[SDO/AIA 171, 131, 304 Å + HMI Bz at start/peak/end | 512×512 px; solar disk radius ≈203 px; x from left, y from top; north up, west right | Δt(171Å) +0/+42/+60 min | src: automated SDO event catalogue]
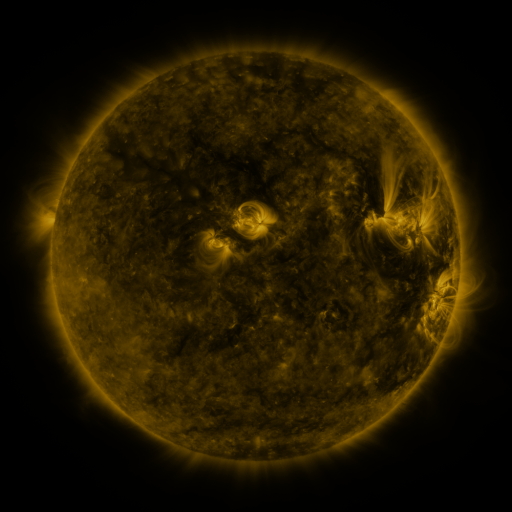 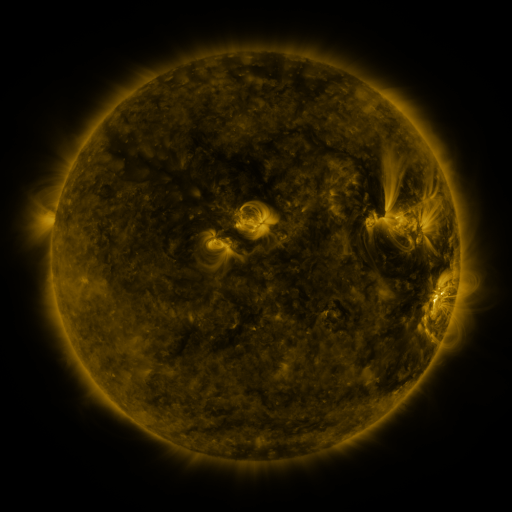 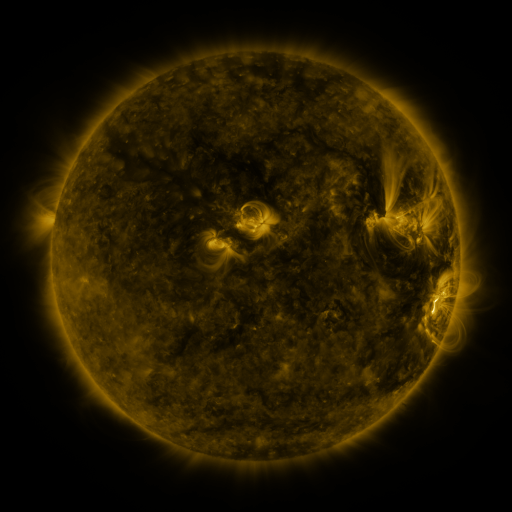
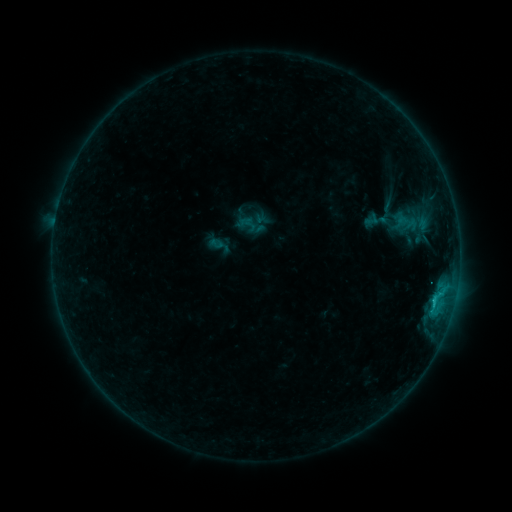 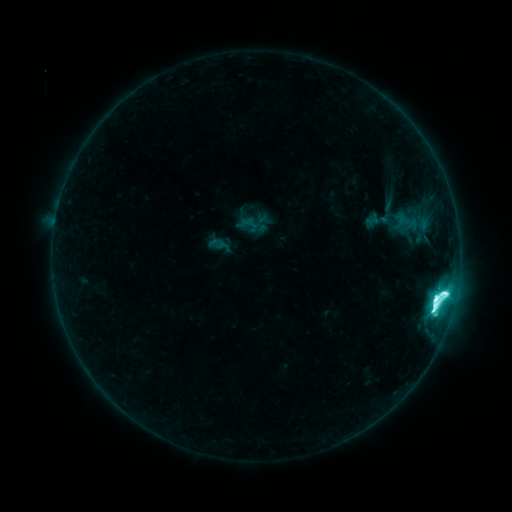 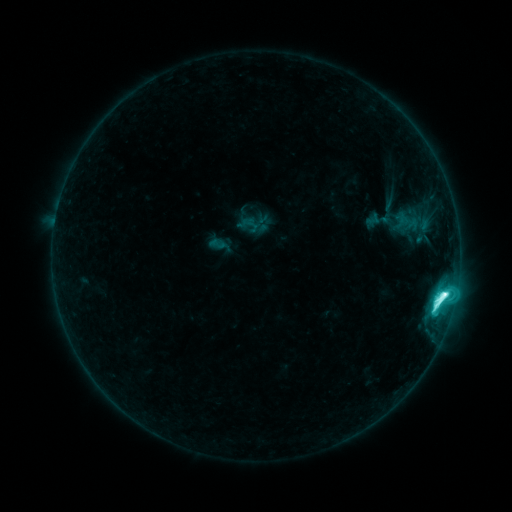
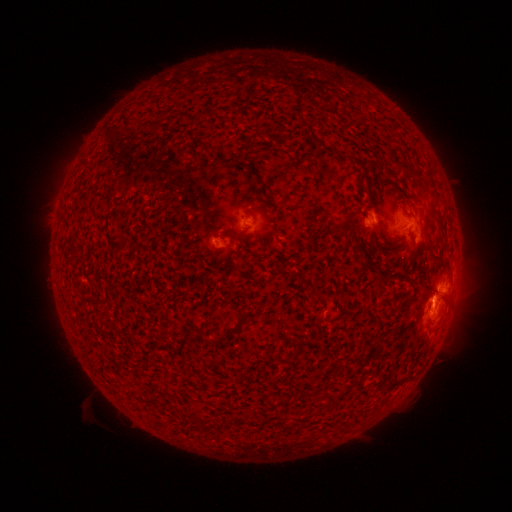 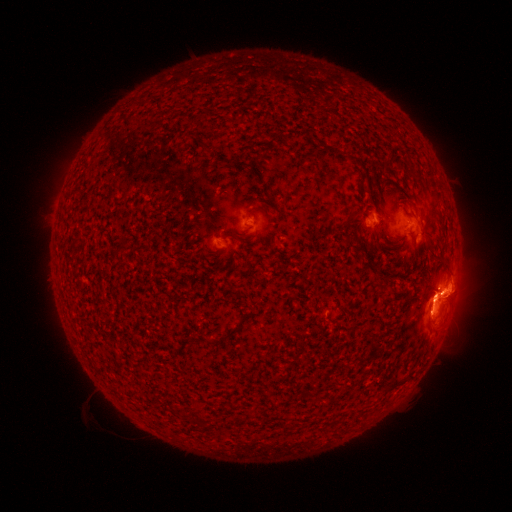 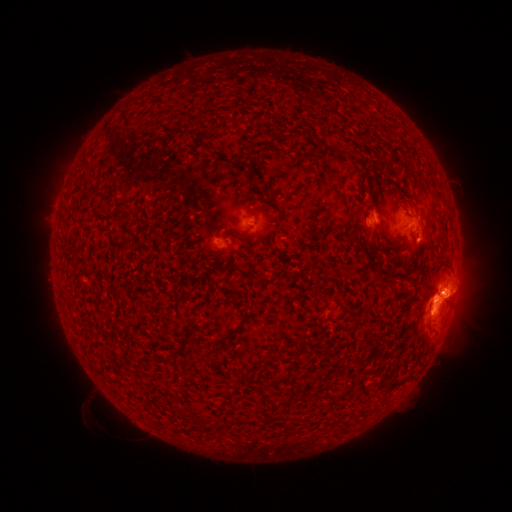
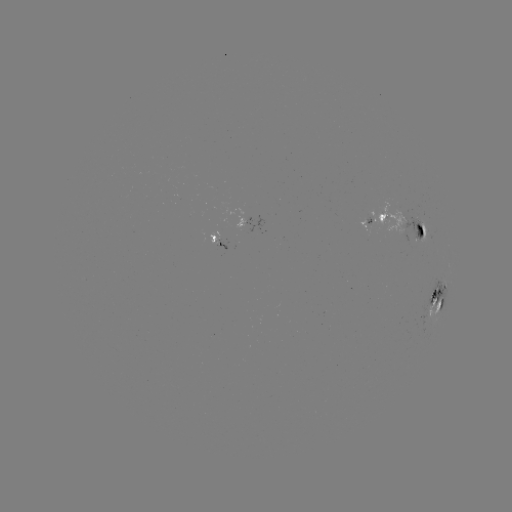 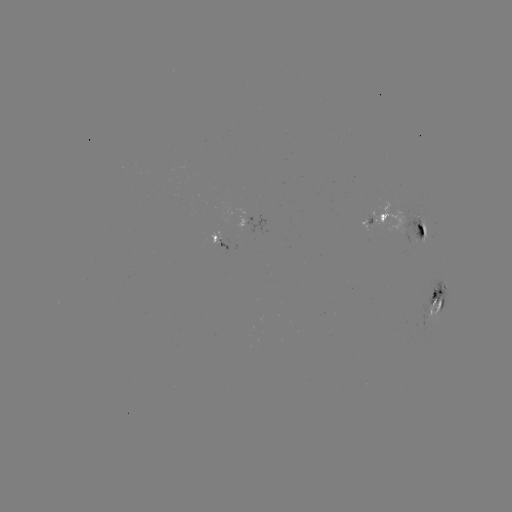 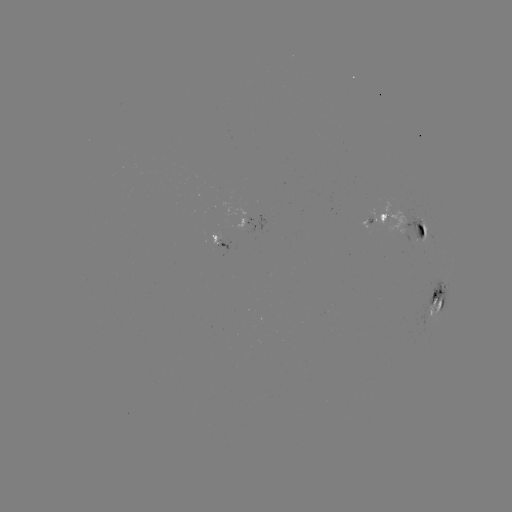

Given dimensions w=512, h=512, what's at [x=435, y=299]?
M2.9 flare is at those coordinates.